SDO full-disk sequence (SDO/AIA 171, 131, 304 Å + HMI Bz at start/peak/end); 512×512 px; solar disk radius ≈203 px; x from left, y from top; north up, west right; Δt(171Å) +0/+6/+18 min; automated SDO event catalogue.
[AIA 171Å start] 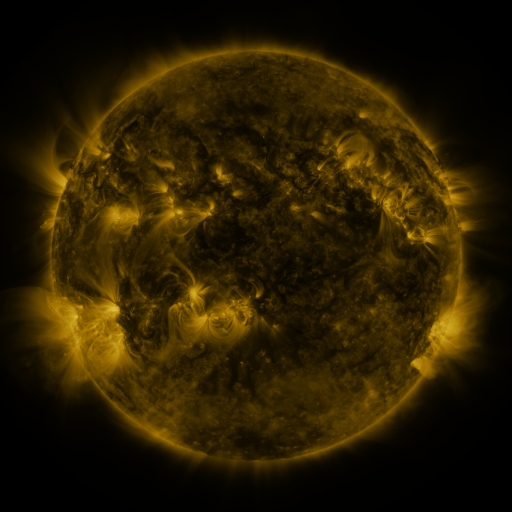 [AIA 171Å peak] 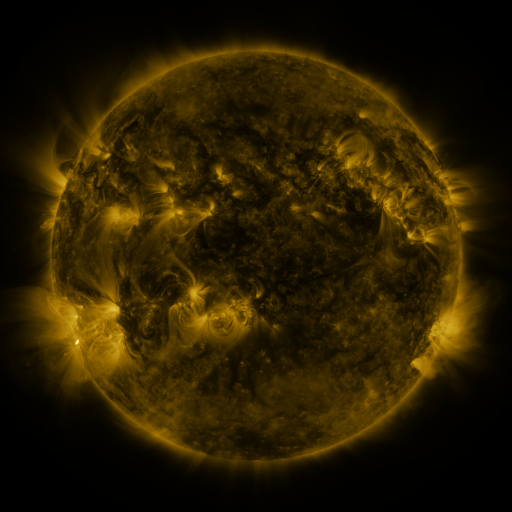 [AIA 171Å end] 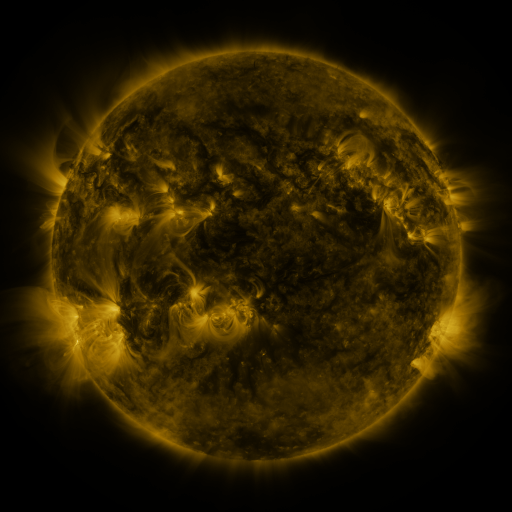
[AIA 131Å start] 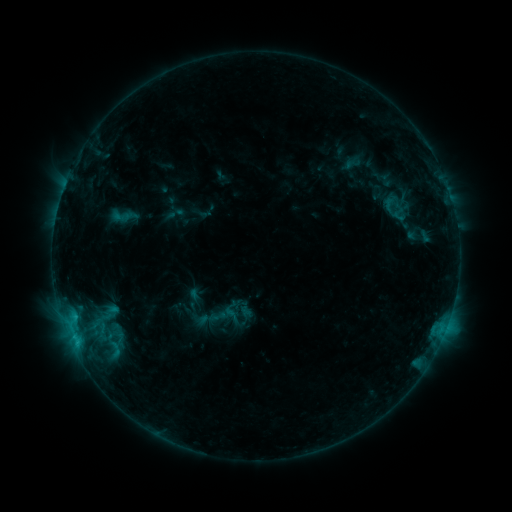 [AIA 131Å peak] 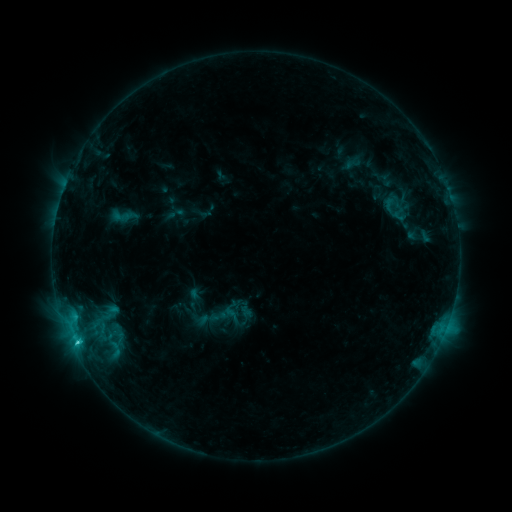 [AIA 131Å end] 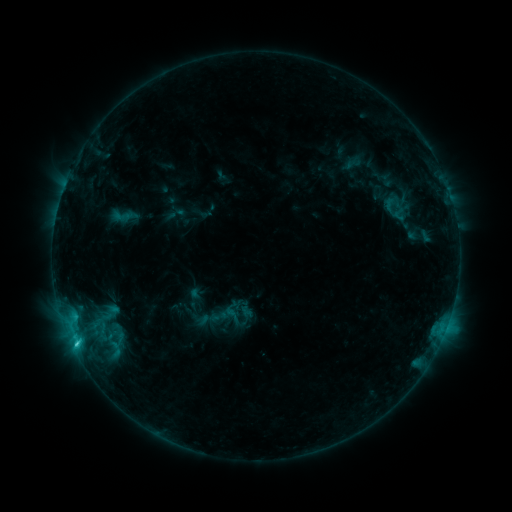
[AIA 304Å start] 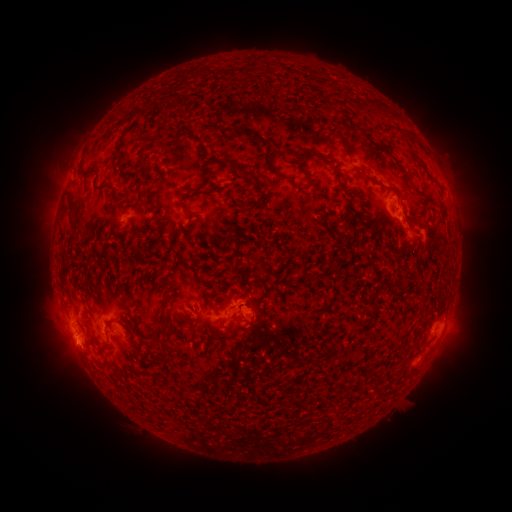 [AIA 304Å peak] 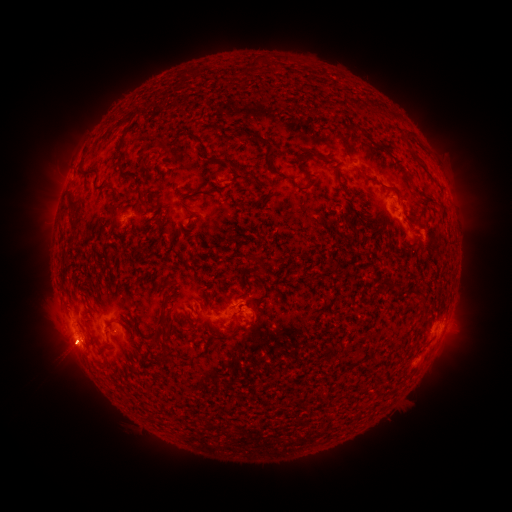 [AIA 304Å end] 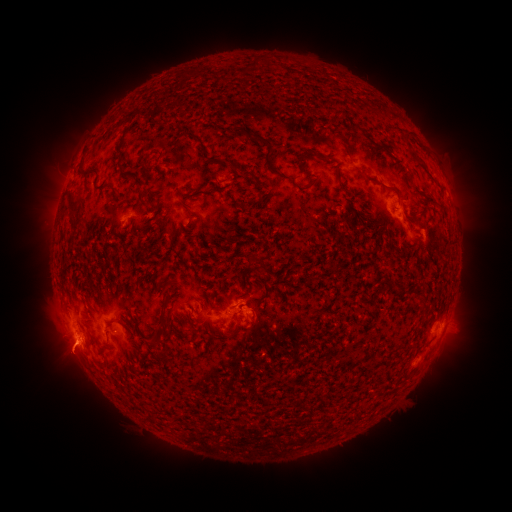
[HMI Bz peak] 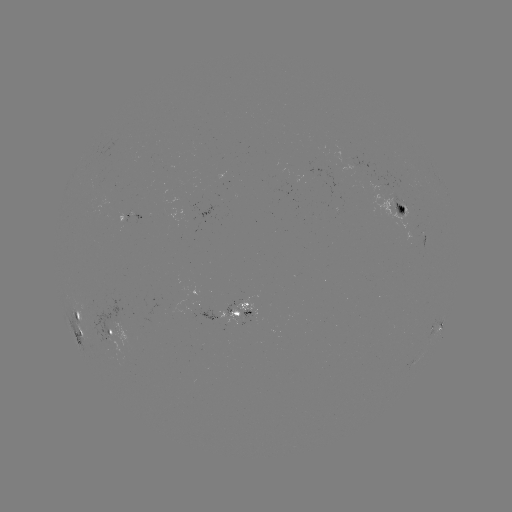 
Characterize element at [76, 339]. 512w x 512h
C3.0 flare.